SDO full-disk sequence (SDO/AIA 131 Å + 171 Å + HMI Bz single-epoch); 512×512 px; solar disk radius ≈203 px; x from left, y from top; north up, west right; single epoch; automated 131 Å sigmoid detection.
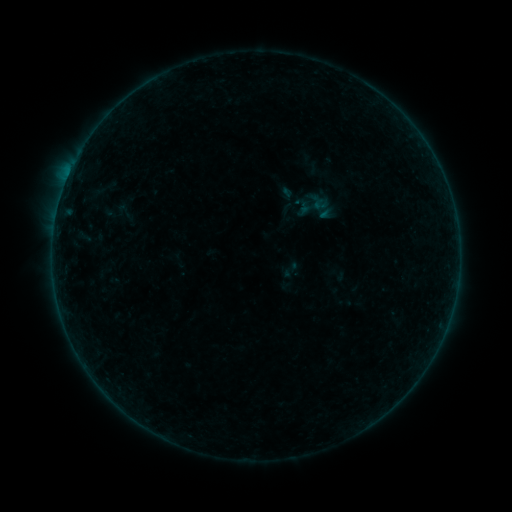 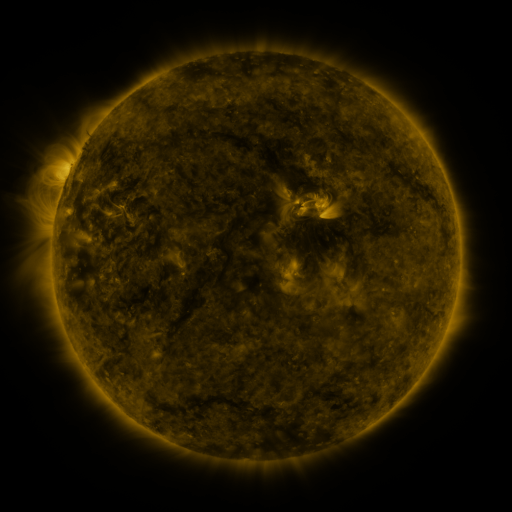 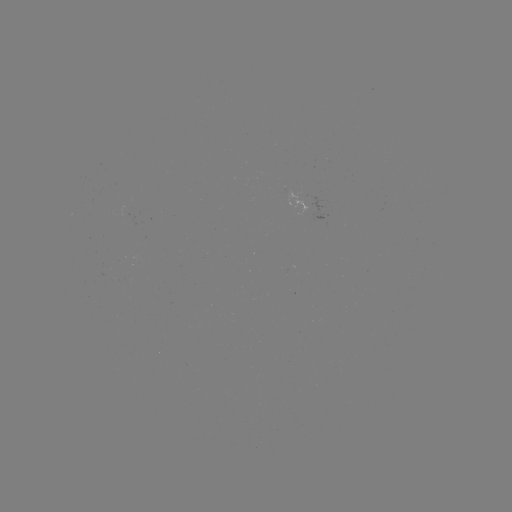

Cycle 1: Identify sigmoid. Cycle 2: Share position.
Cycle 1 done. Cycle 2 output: [320, 204].